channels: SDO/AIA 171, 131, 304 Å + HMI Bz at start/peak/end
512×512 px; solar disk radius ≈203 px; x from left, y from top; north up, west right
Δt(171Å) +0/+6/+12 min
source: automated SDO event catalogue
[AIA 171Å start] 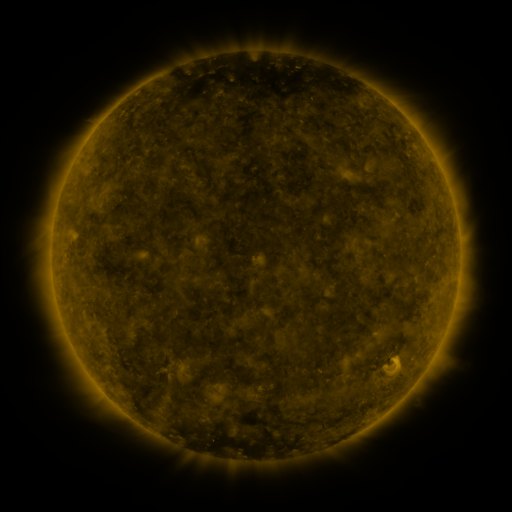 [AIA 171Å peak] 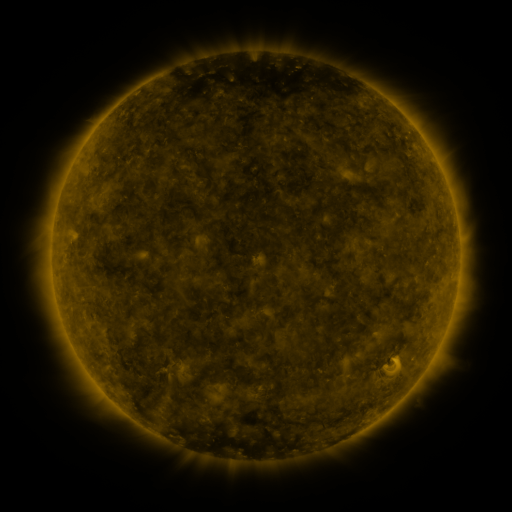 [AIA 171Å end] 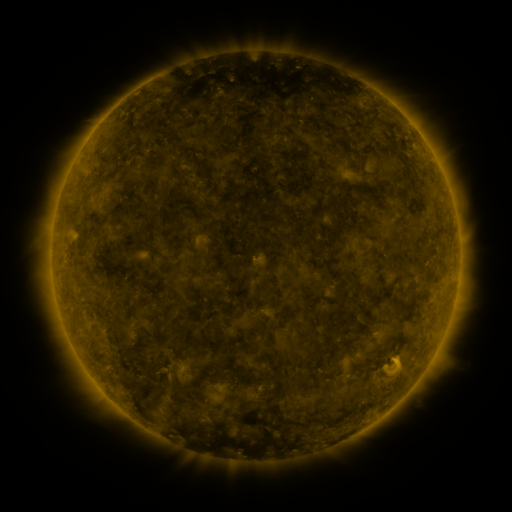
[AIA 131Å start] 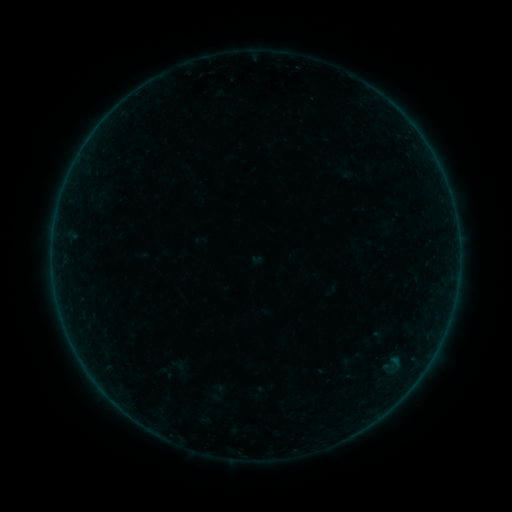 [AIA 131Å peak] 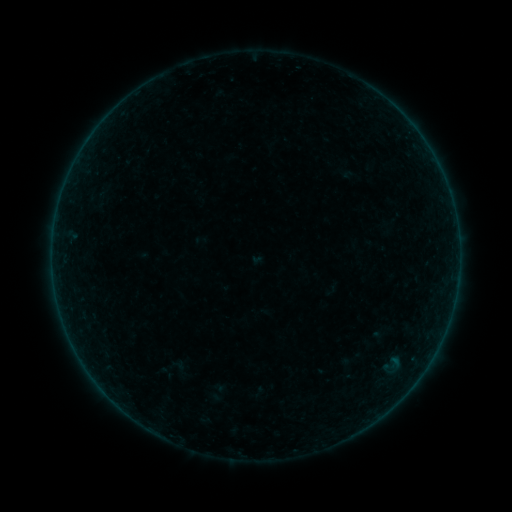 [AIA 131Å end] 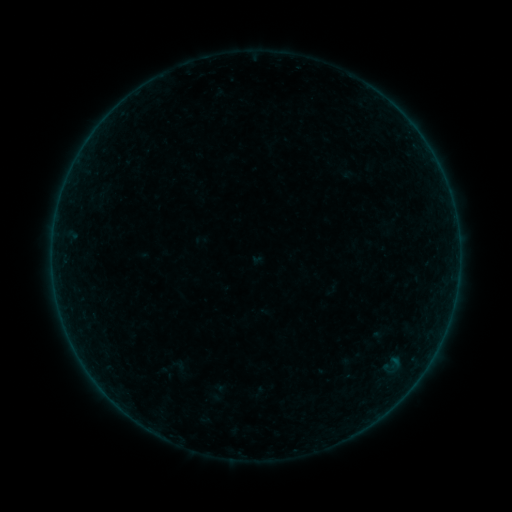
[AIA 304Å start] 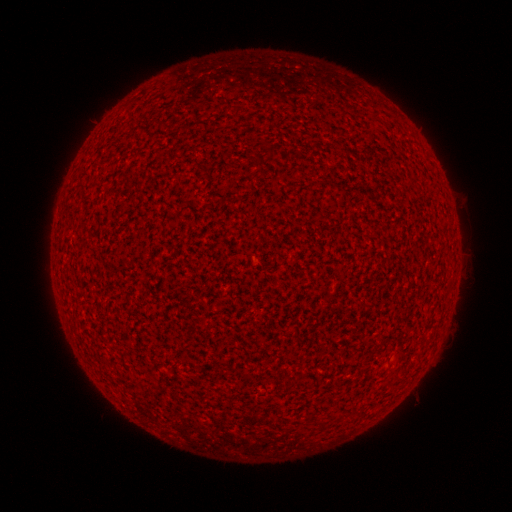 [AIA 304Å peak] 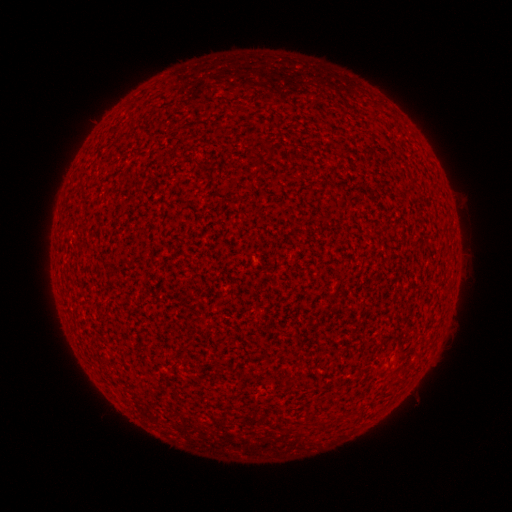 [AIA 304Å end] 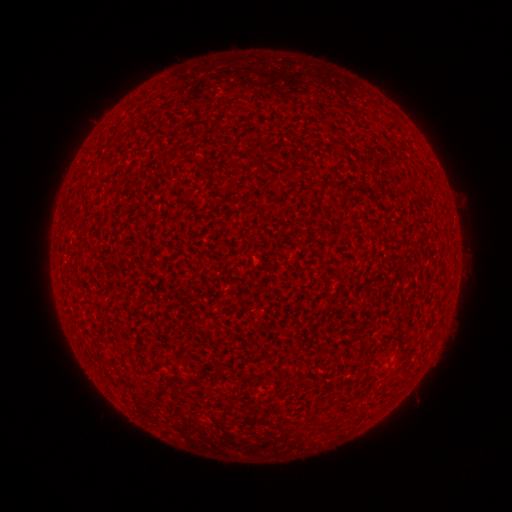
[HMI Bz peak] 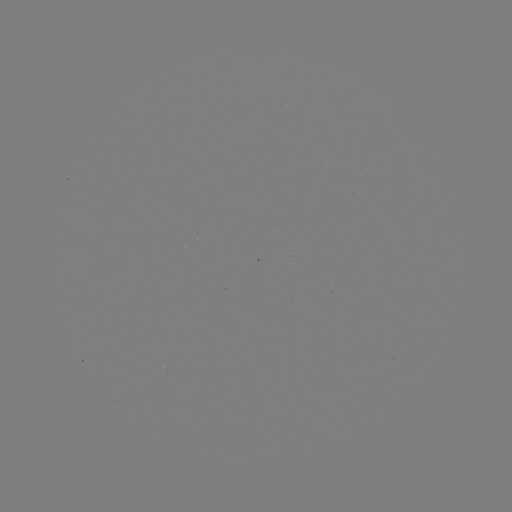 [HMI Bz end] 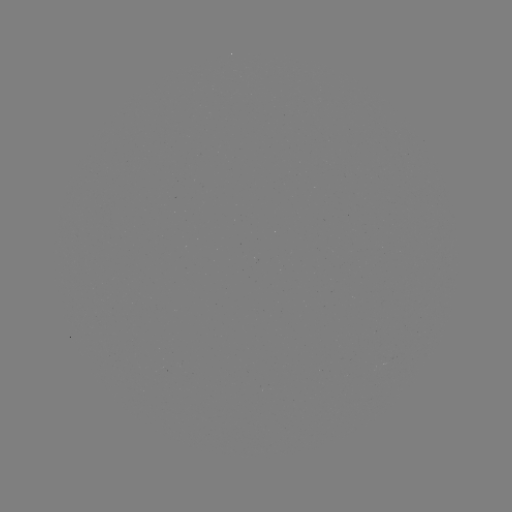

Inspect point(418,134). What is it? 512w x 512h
A7.8 flare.